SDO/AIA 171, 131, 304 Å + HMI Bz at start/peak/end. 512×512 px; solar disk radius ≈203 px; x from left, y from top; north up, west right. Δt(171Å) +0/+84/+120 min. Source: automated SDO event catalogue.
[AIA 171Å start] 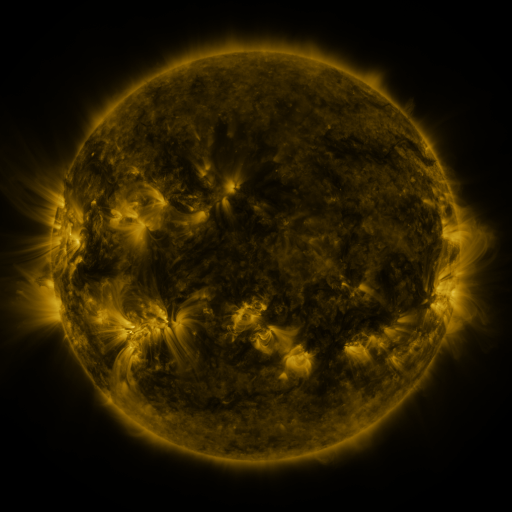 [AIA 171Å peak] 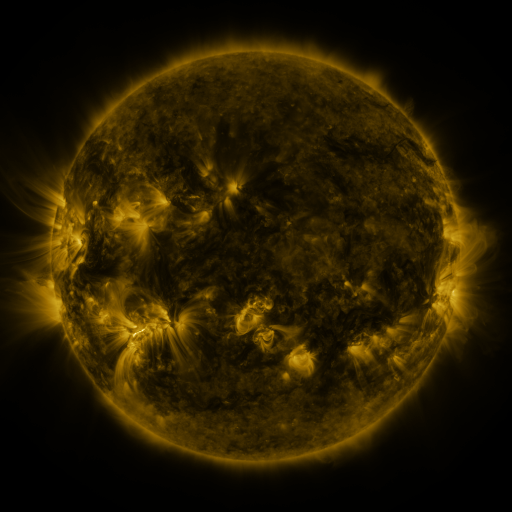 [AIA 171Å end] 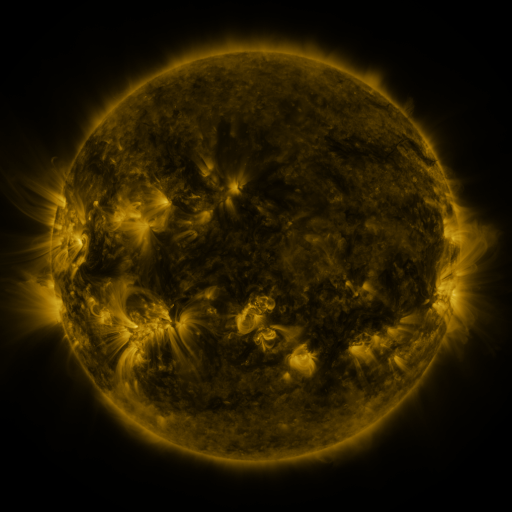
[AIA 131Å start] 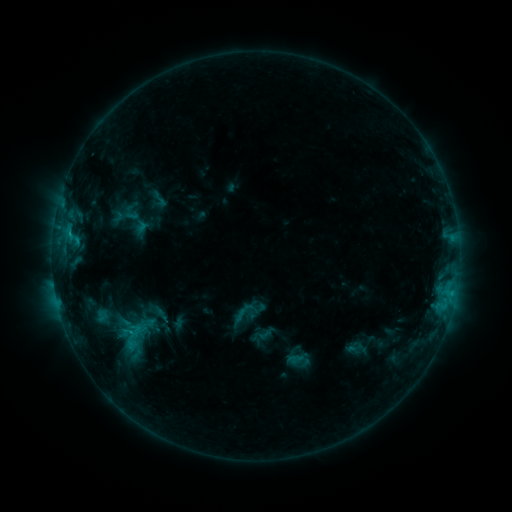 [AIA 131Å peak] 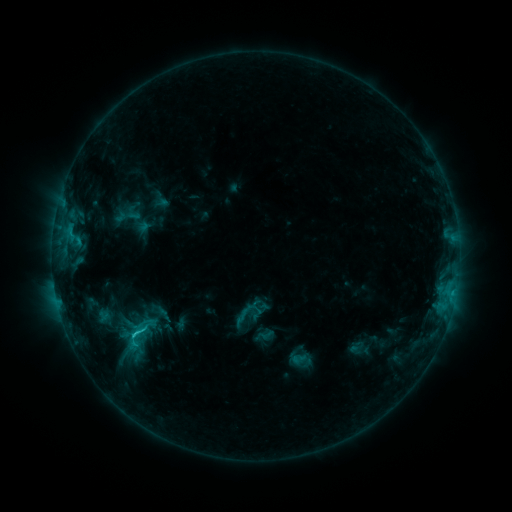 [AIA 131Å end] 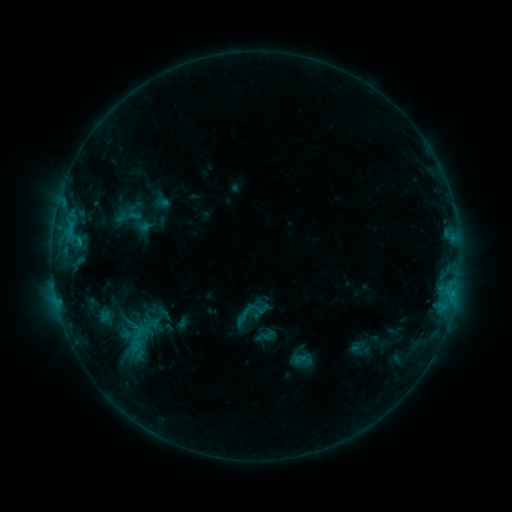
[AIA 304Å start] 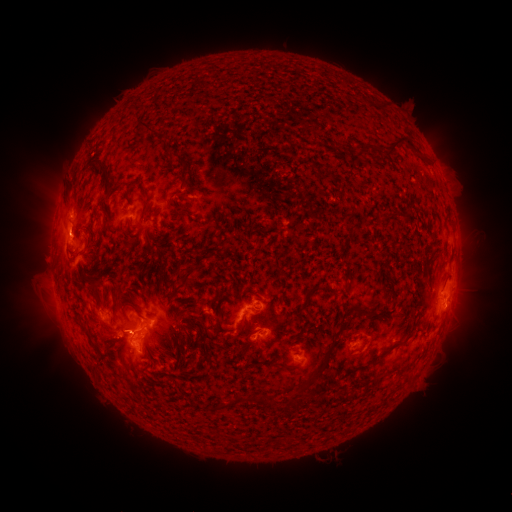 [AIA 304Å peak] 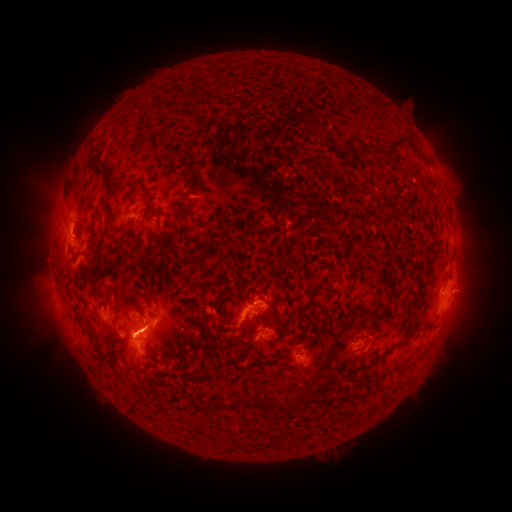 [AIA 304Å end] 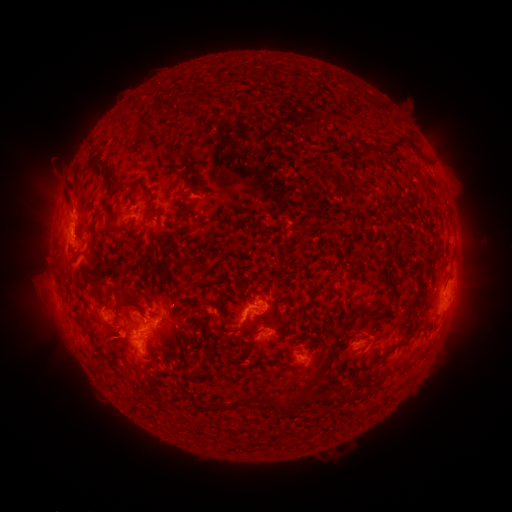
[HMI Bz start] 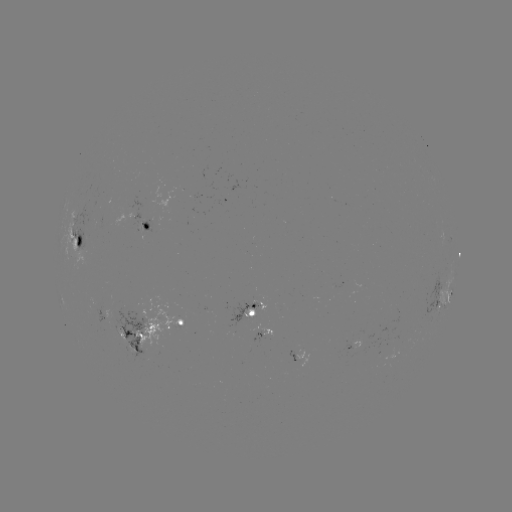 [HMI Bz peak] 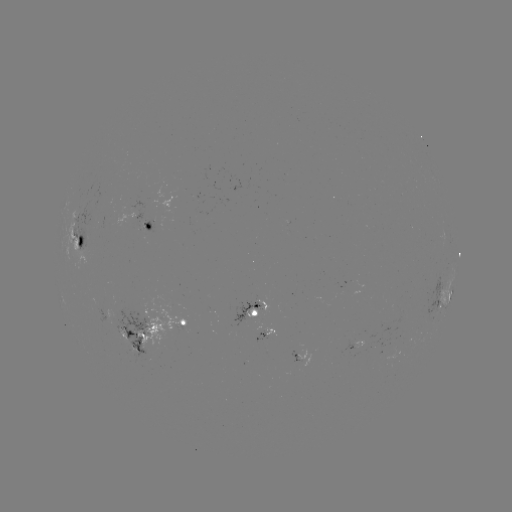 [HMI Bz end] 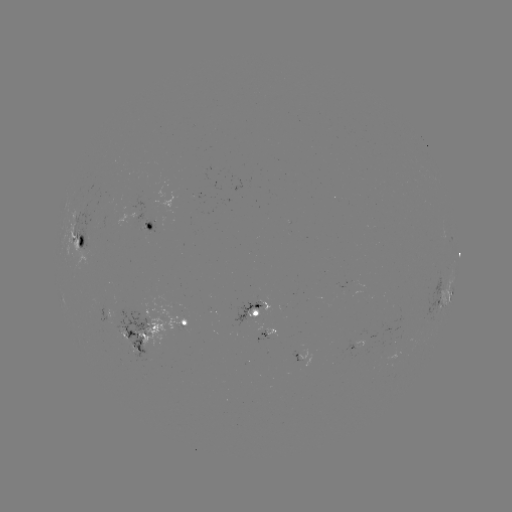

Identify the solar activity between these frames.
emerging-flux region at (405, 337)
